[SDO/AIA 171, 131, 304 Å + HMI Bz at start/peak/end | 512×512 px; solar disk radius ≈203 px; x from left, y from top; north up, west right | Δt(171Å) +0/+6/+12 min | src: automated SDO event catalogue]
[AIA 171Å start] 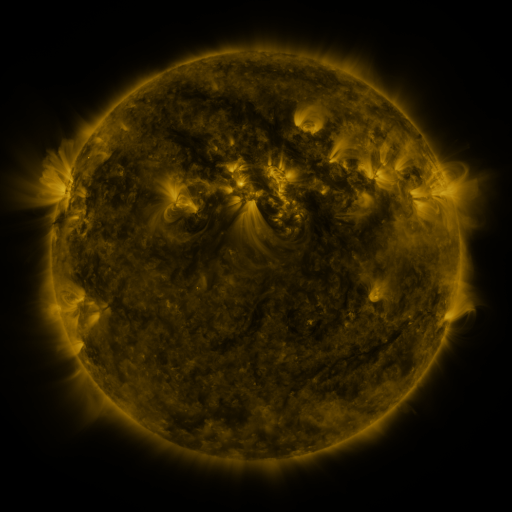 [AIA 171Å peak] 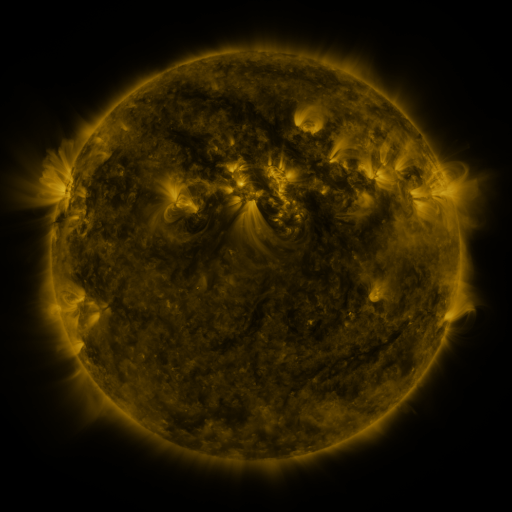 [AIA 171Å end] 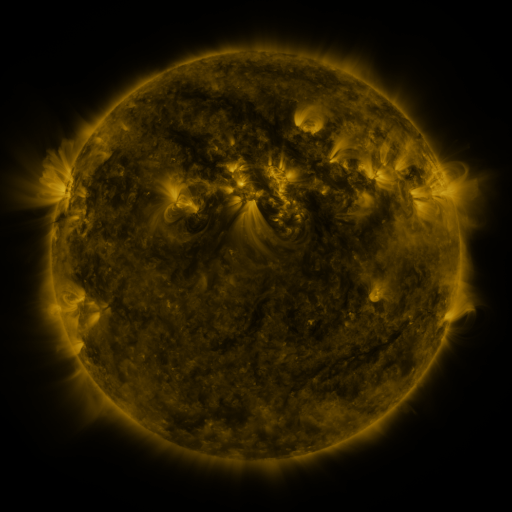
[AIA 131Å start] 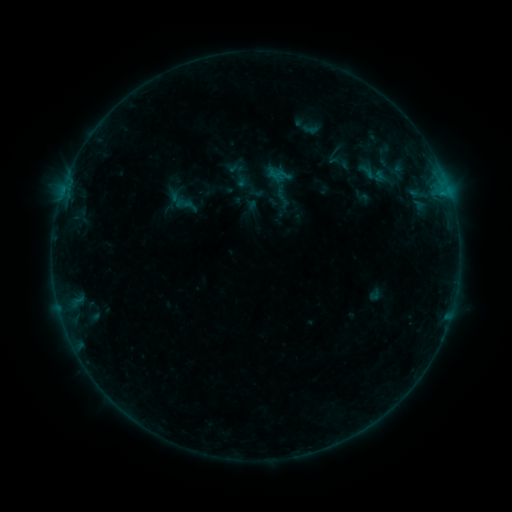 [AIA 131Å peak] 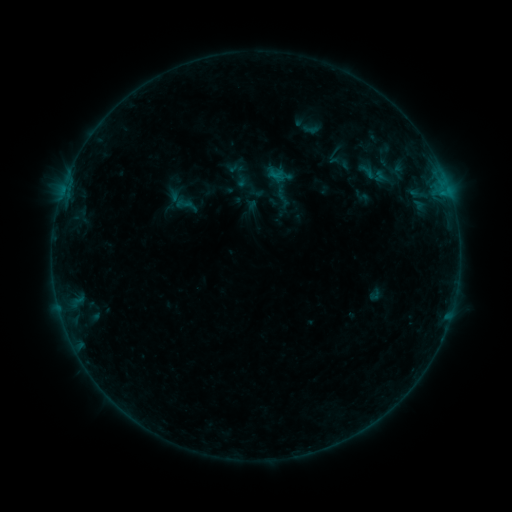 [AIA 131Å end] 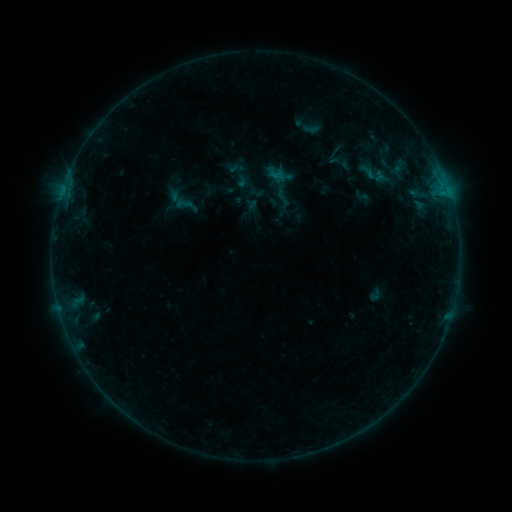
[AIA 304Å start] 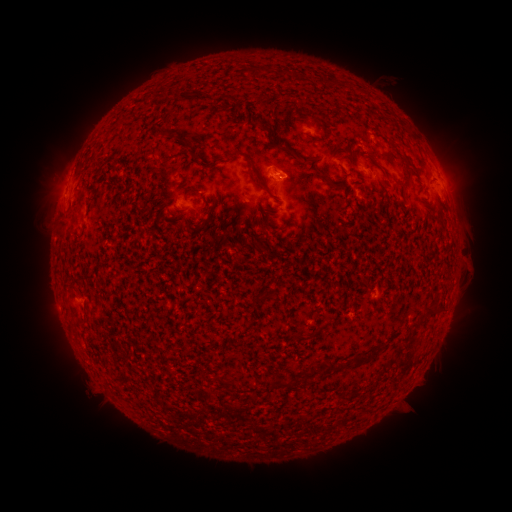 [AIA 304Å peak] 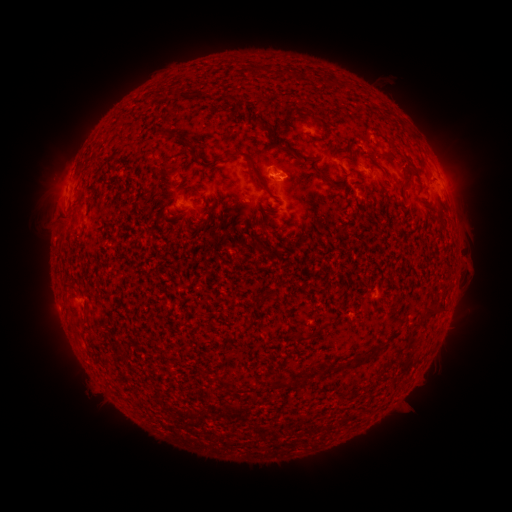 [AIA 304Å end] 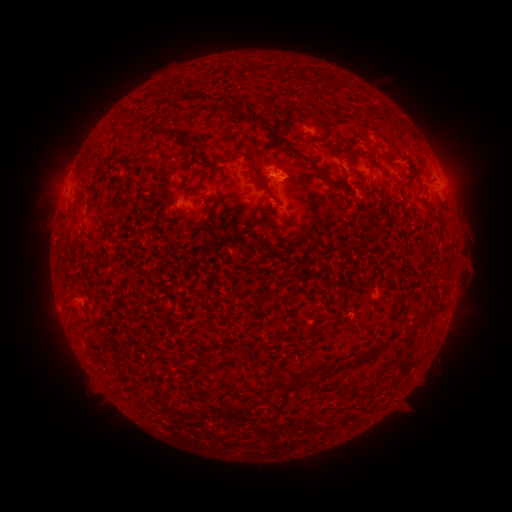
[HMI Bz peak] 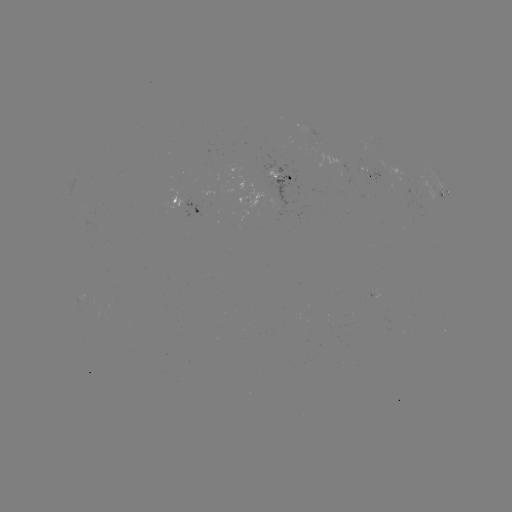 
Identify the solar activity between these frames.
eruption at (407, 165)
